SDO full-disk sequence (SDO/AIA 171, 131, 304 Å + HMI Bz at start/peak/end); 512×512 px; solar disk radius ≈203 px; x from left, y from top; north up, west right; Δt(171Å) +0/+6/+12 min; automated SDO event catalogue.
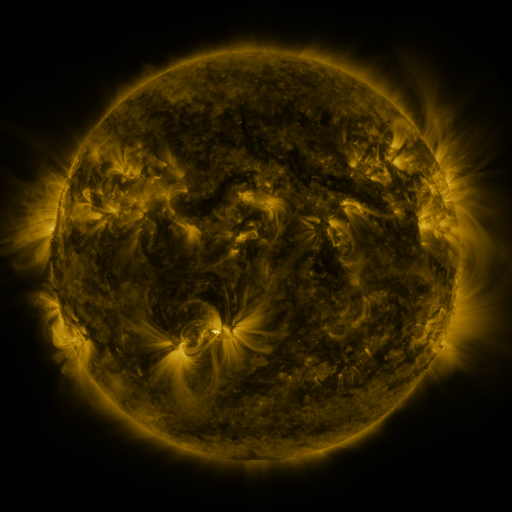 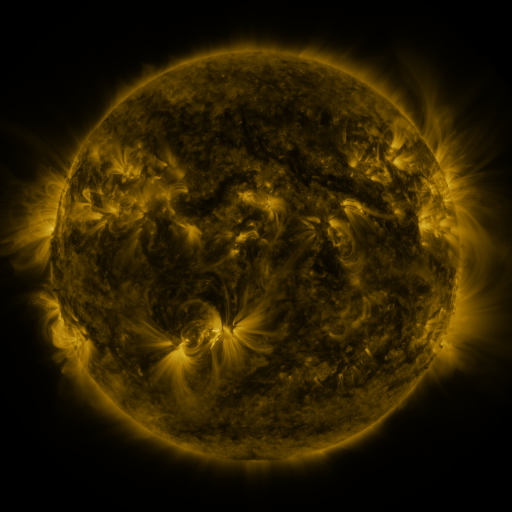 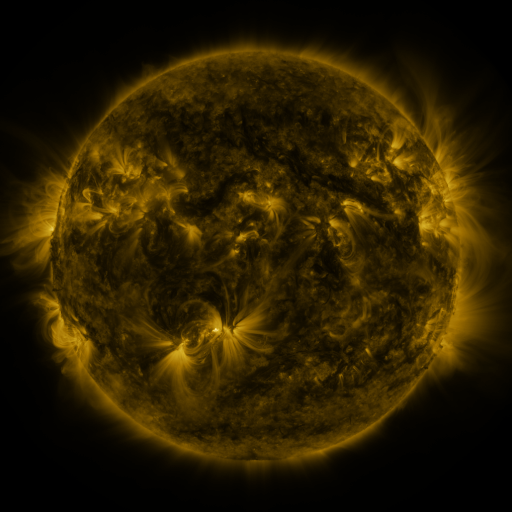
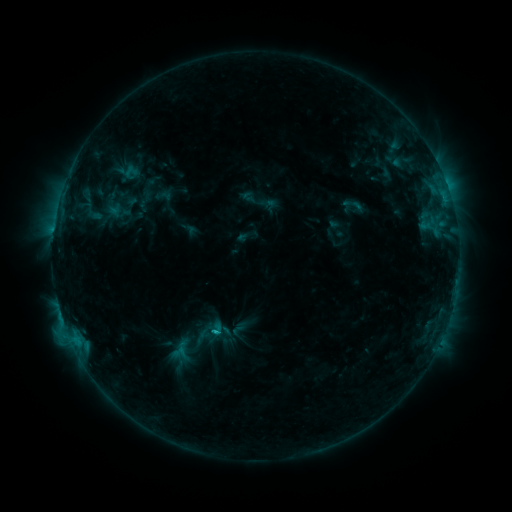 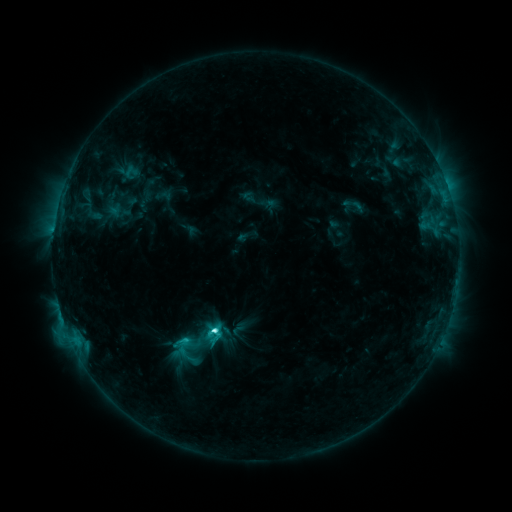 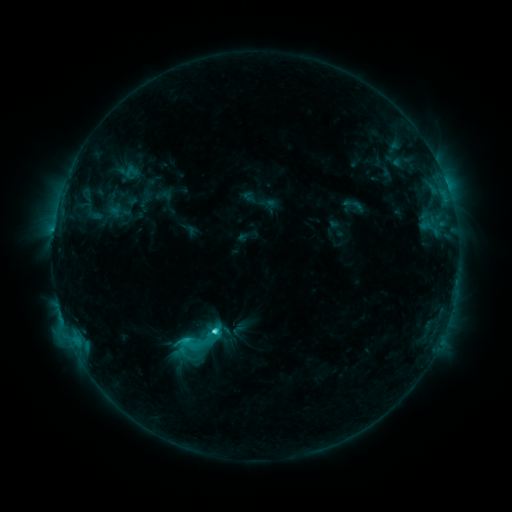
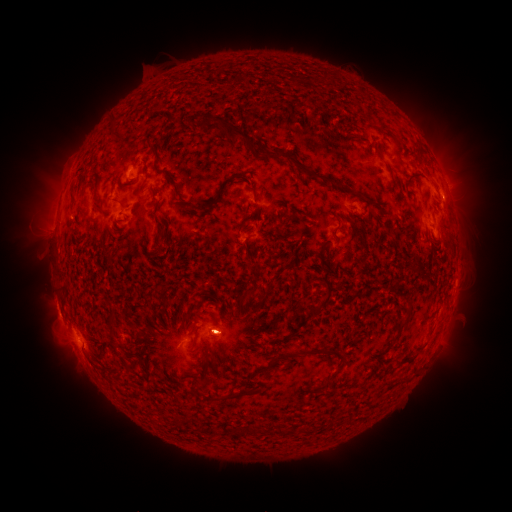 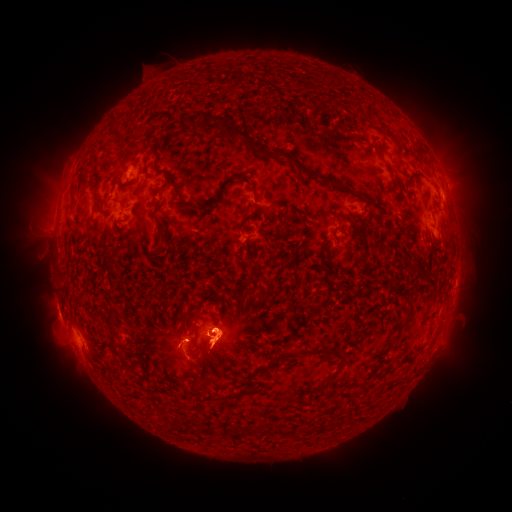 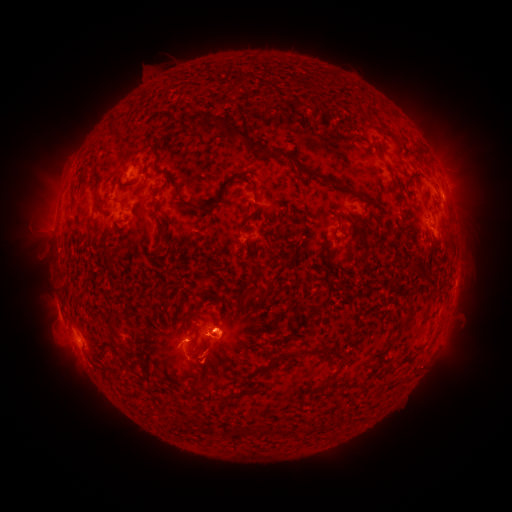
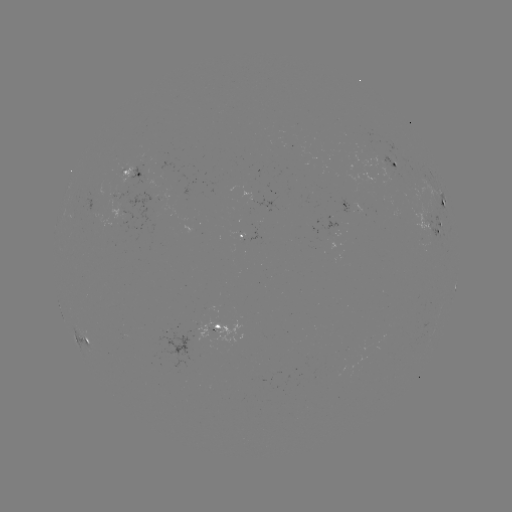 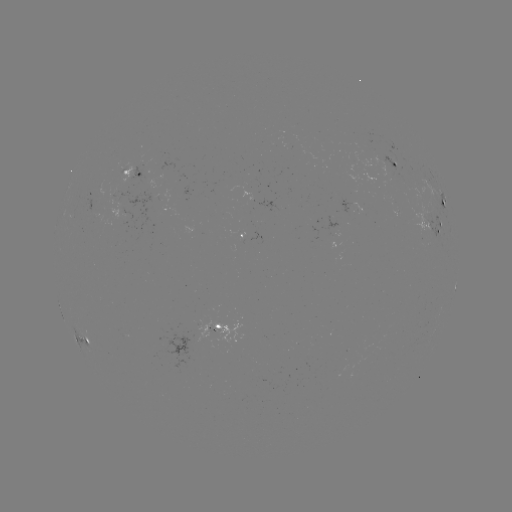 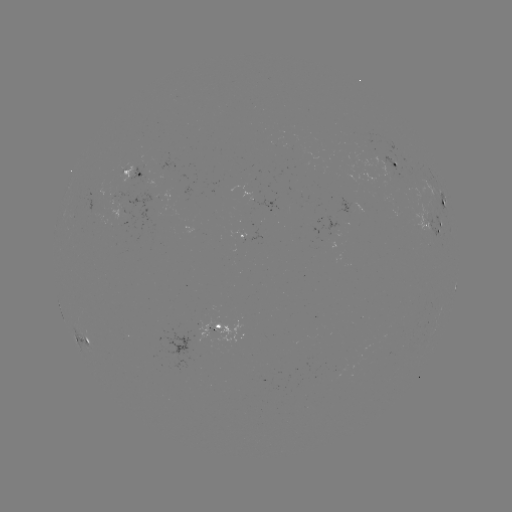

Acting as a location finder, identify C5.0 flare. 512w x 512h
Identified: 215,327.